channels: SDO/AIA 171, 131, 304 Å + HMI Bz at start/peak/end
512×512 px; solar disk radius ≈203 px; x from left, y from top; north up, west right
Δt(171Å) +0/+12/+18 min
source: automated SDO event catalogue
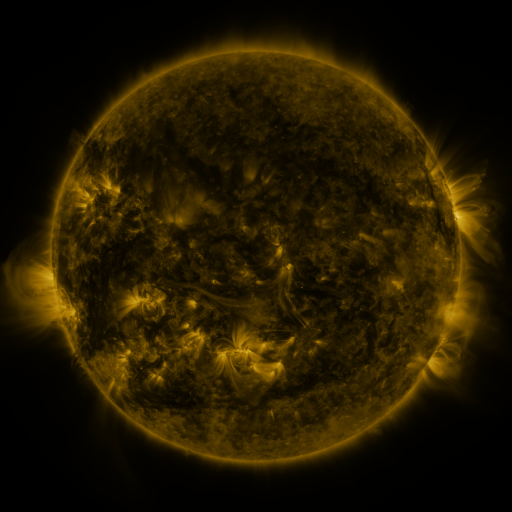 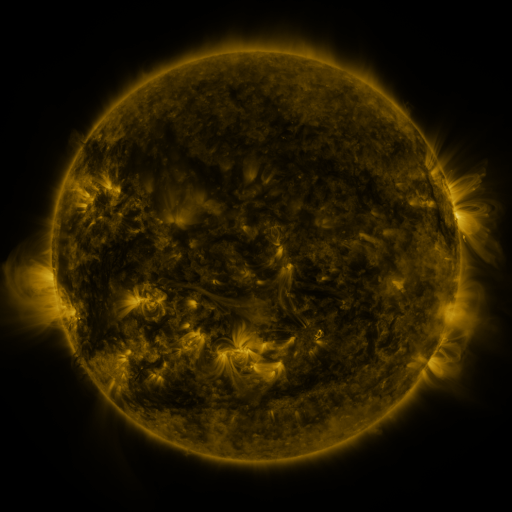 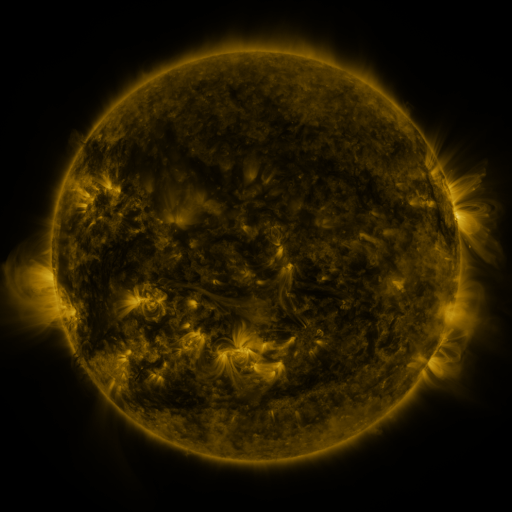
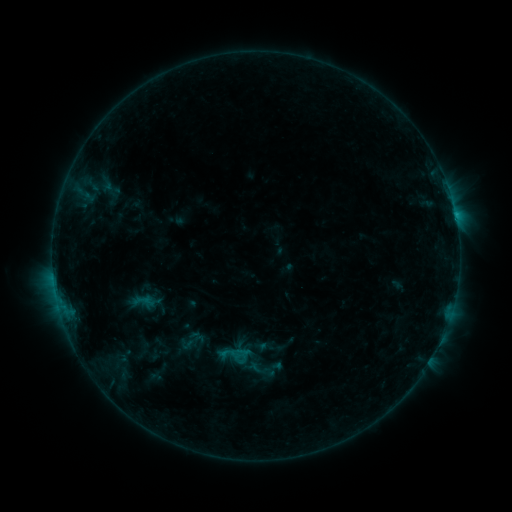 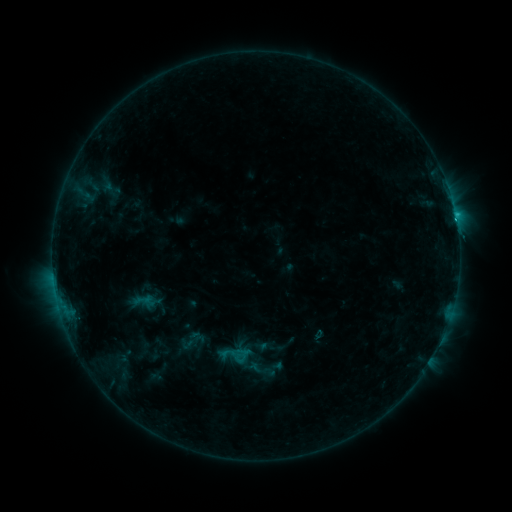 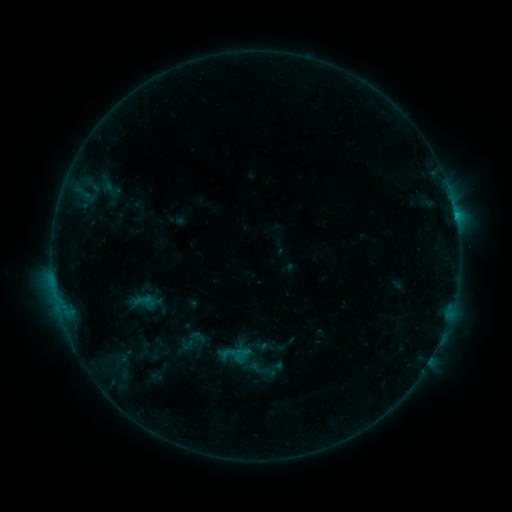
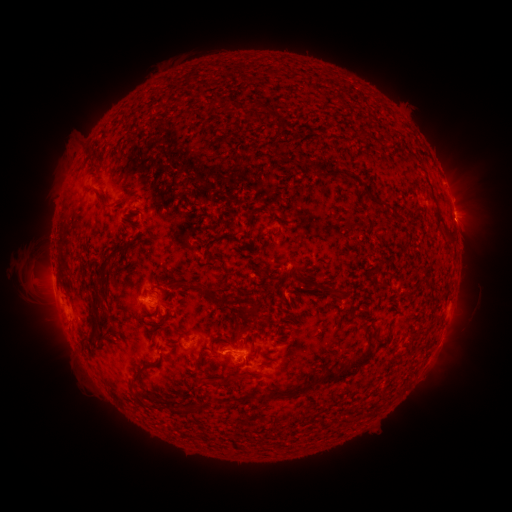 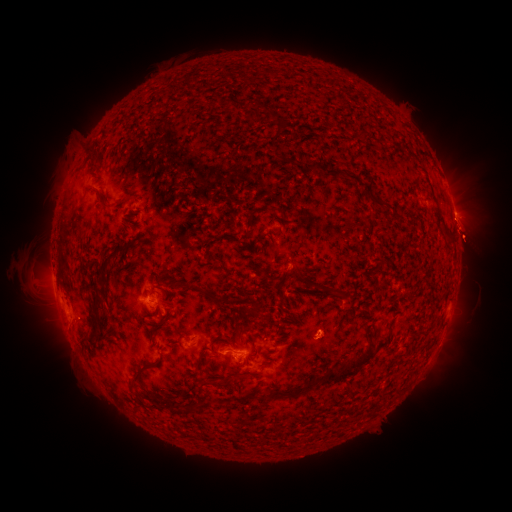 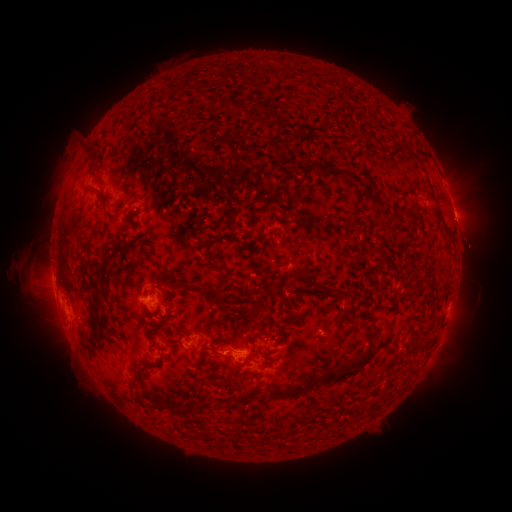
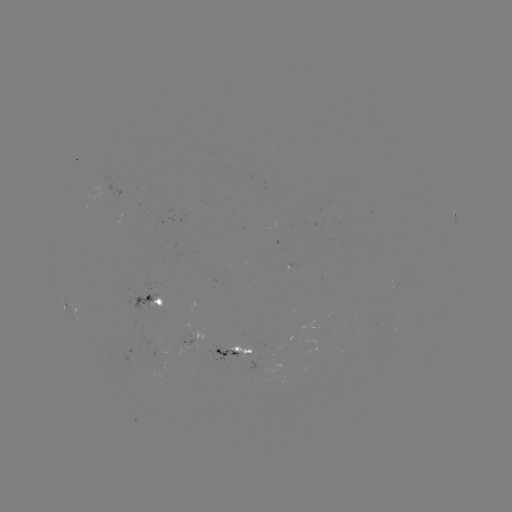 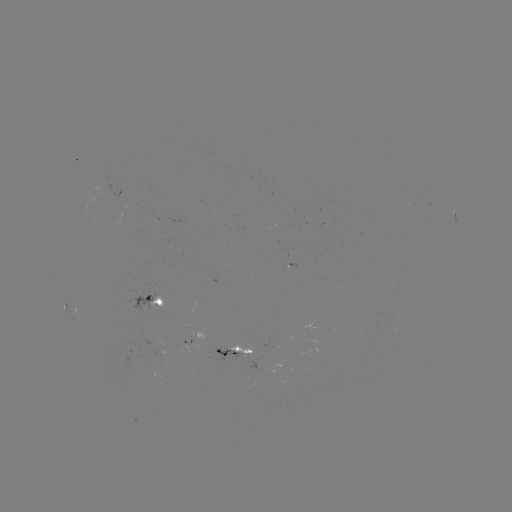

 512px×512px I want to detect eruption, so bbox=[437, 209, 505, 270].